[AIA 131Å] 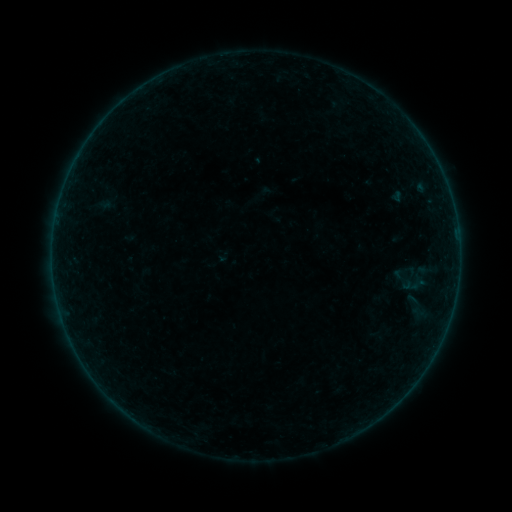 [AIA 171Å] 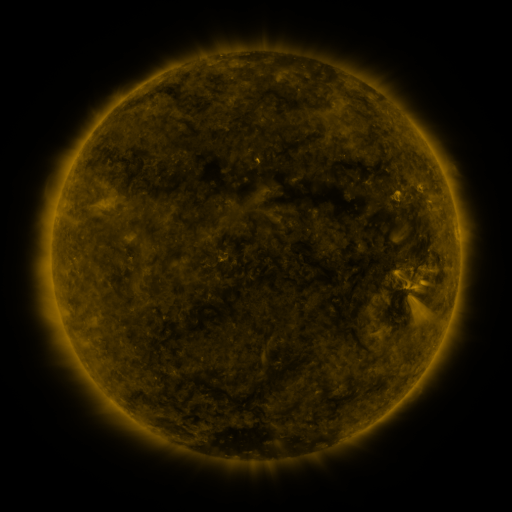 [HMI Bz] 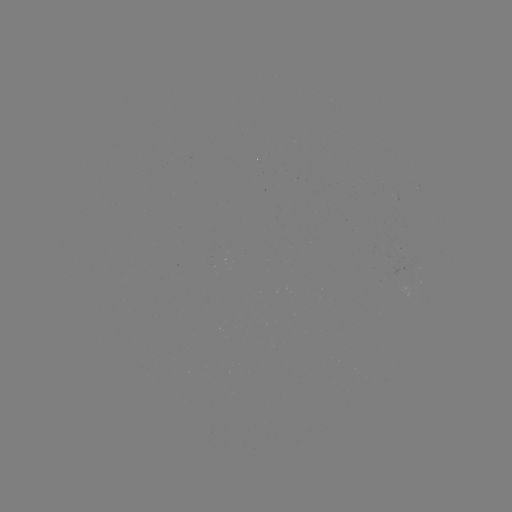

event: sigmoid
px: (411, 280)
